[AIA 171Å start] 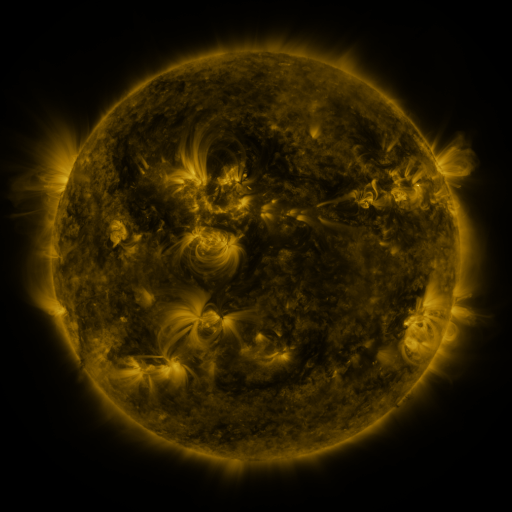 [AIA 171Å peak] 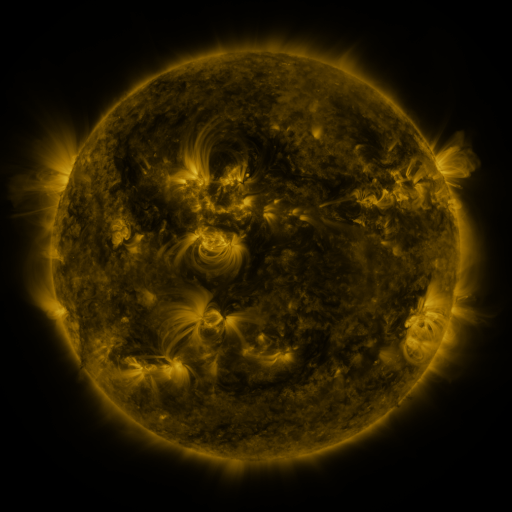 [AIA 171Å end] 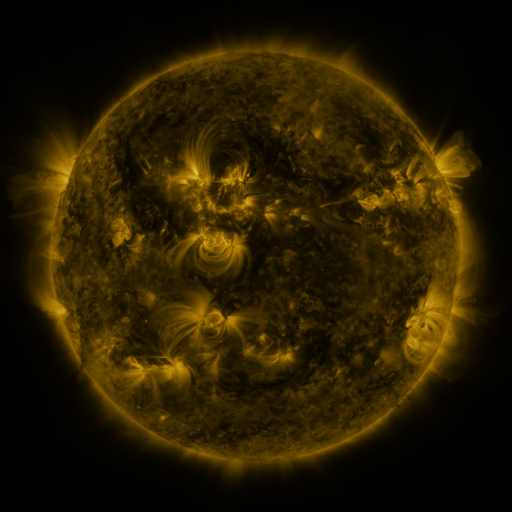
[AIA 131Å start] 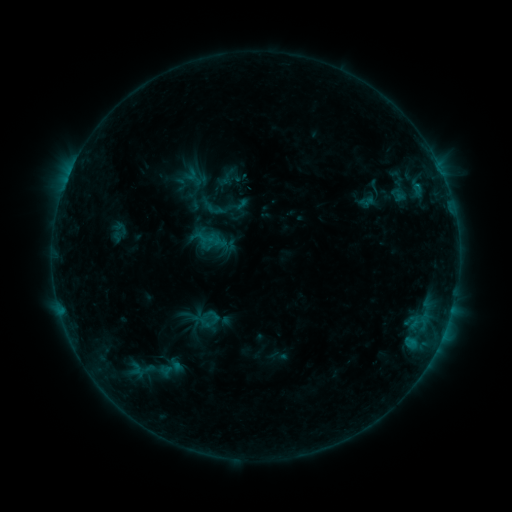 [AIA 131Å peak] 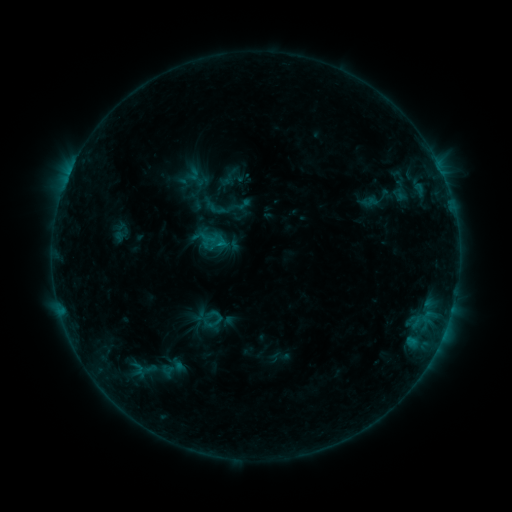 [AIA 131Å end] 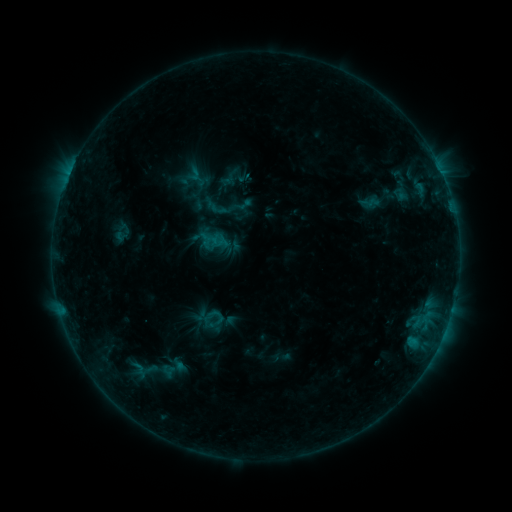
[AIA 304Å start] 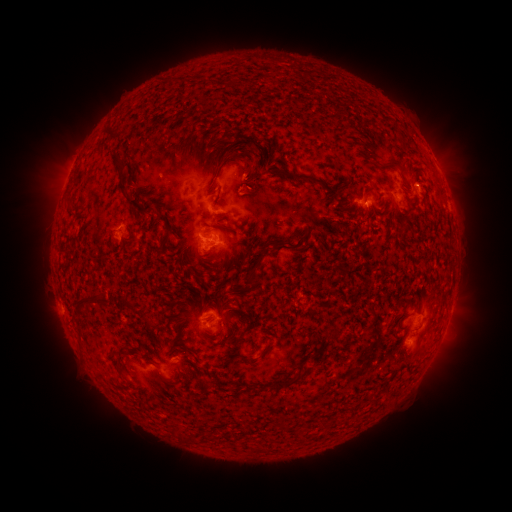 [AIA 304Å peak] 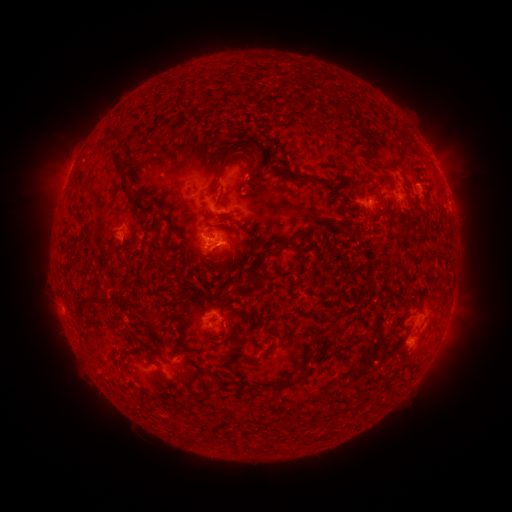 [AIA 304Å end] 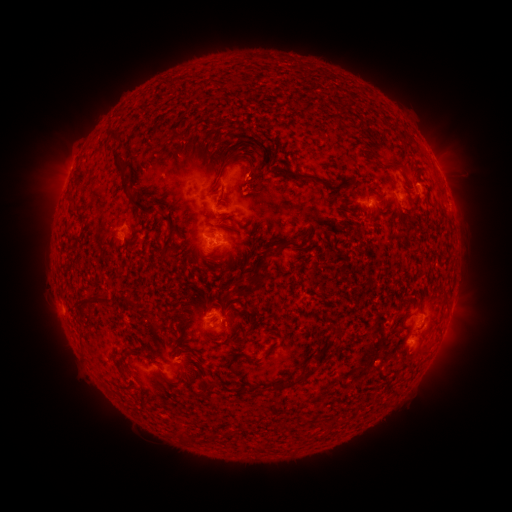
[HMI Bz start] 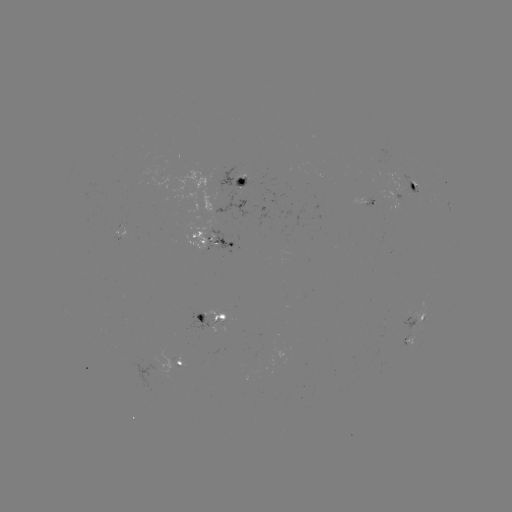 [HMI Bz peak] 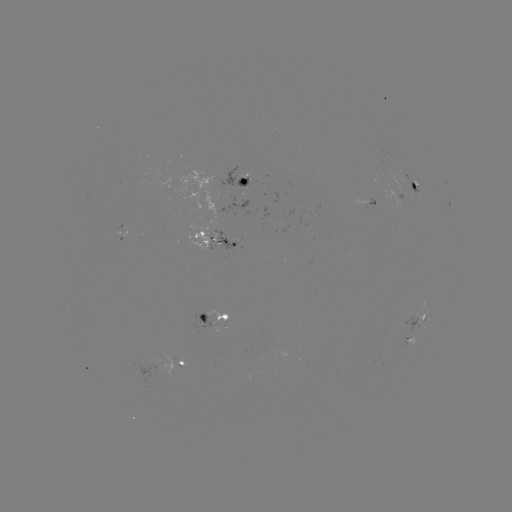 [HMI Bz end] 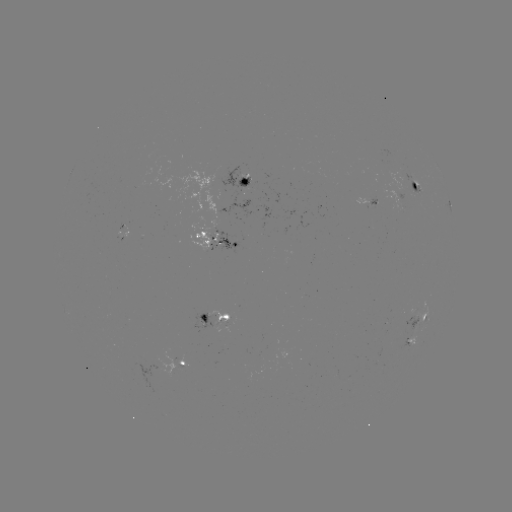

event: emerging-flux region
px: (397, 205)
